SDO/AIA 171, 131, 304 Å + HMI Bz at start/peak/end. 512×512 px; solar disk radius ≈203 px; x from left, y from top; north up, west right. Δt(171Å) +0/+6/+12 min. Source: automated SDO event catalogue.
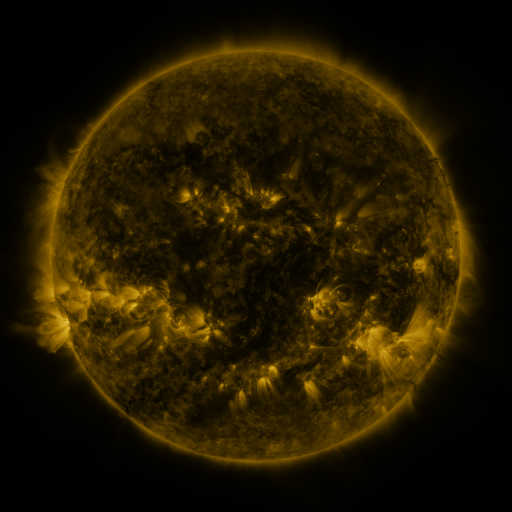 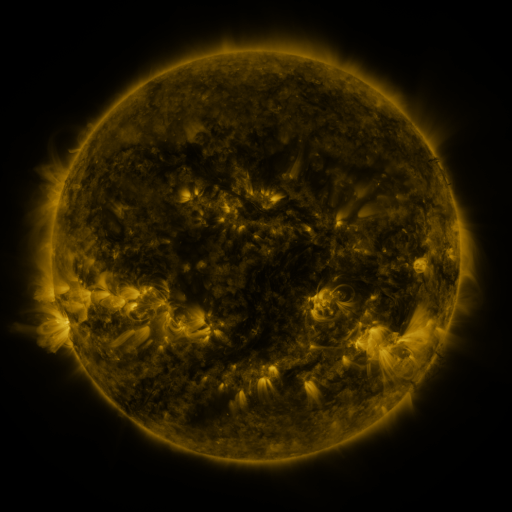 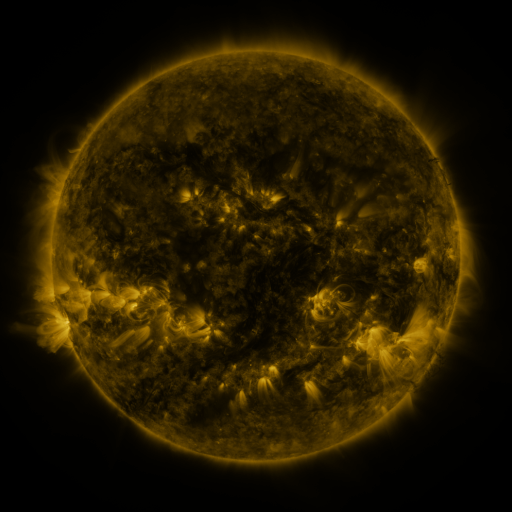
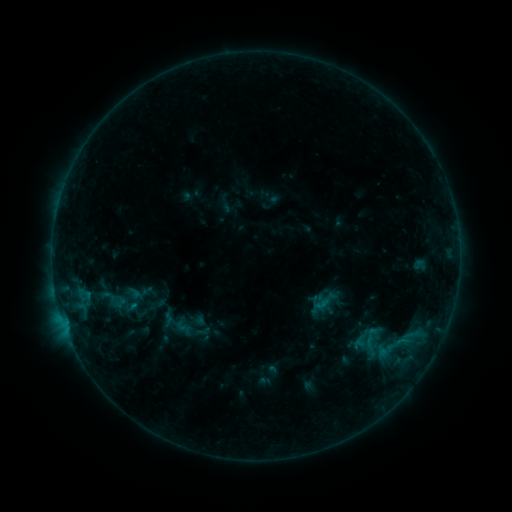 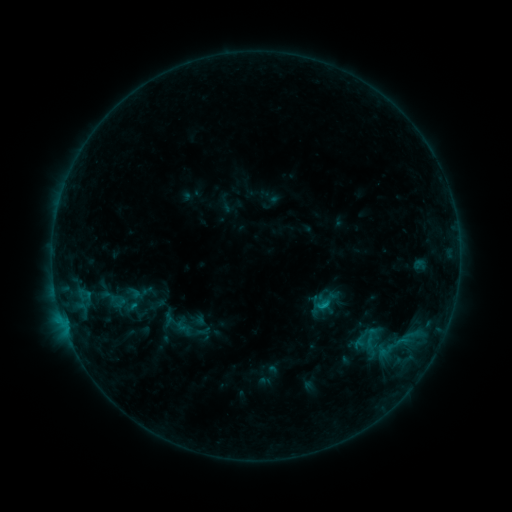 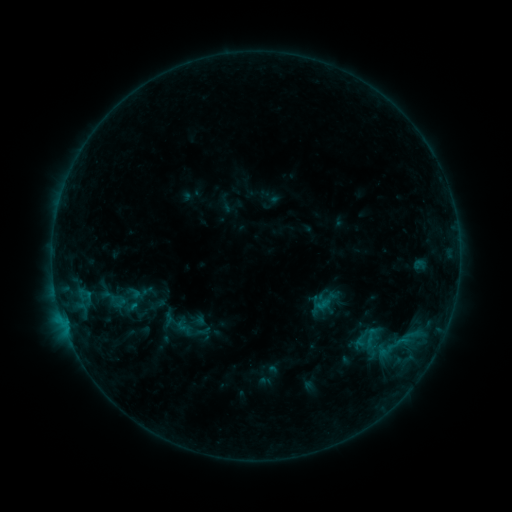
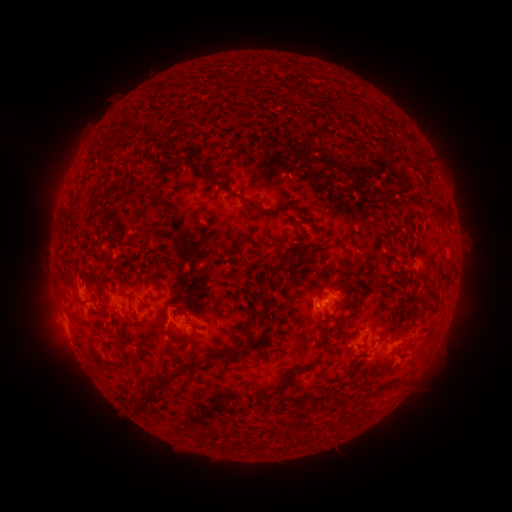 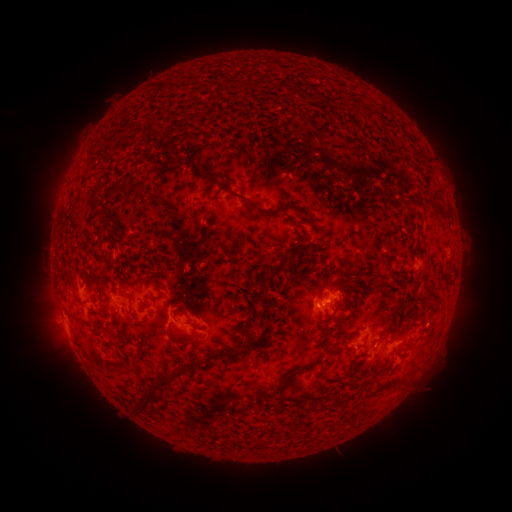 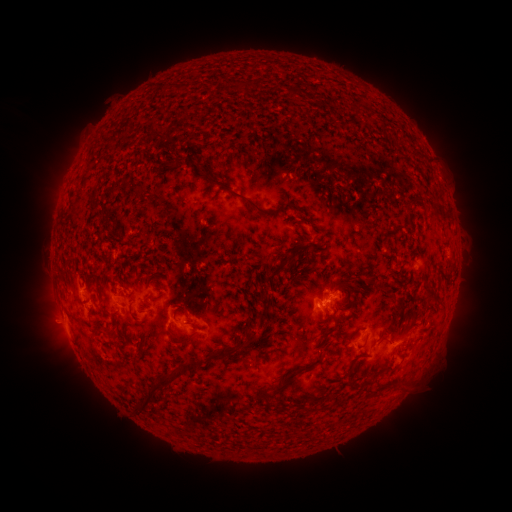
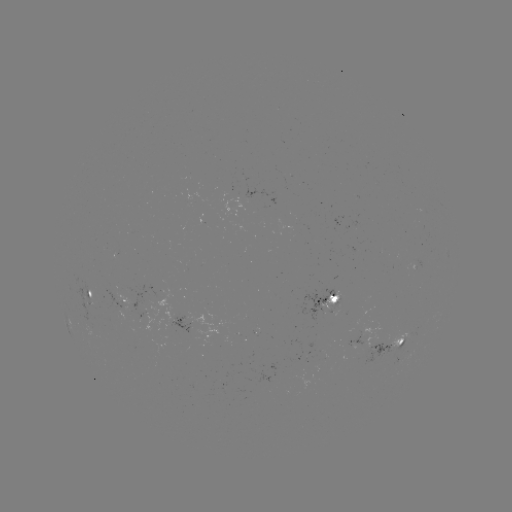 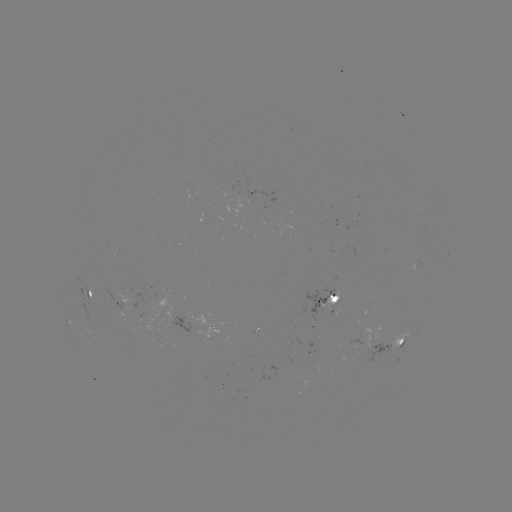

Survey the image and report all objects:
B6.7 flare: (321, 303)
